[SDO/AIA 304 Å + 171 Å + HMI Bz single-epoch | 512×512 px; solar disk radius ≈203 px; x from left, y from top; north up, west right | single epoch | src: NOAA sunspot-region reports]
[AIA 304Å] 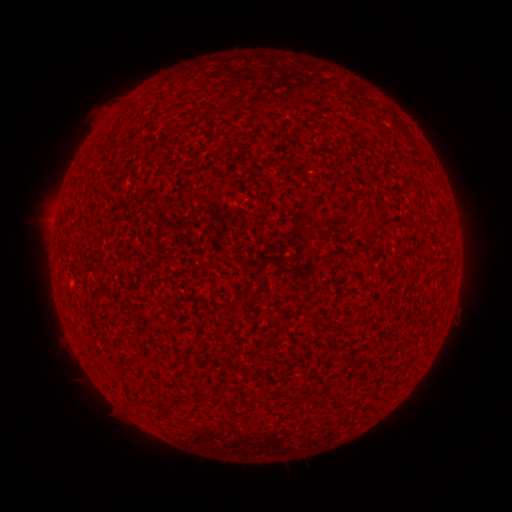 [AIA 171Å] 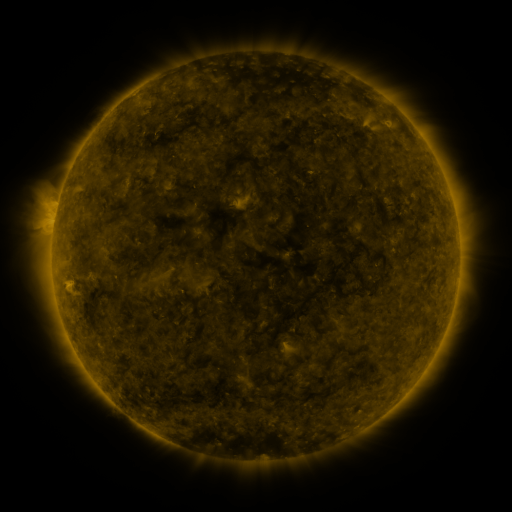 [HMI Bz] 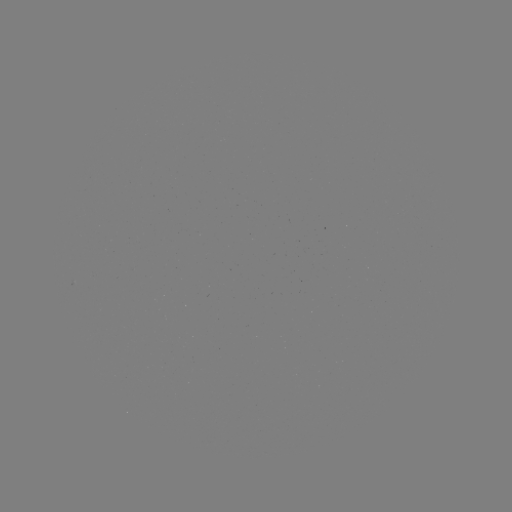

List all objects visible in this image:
(none)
